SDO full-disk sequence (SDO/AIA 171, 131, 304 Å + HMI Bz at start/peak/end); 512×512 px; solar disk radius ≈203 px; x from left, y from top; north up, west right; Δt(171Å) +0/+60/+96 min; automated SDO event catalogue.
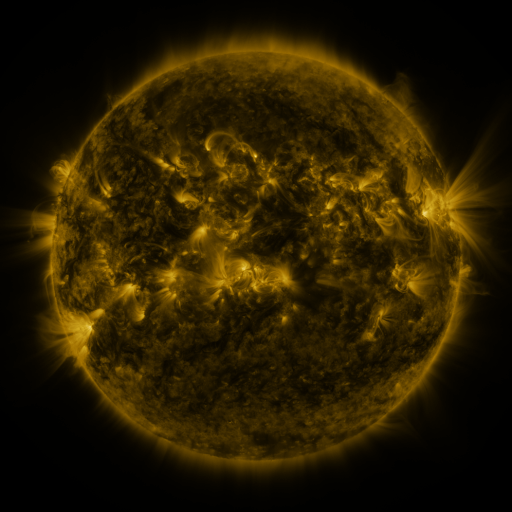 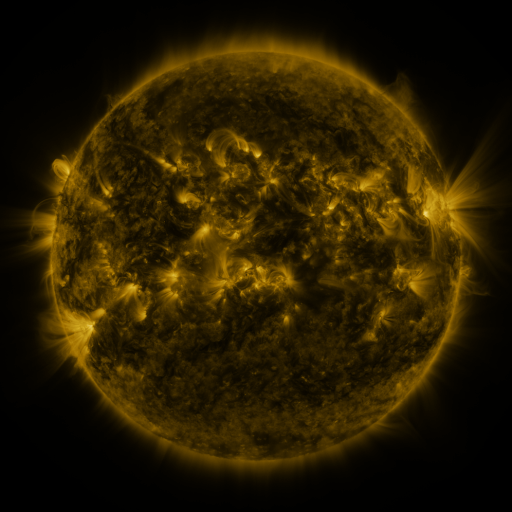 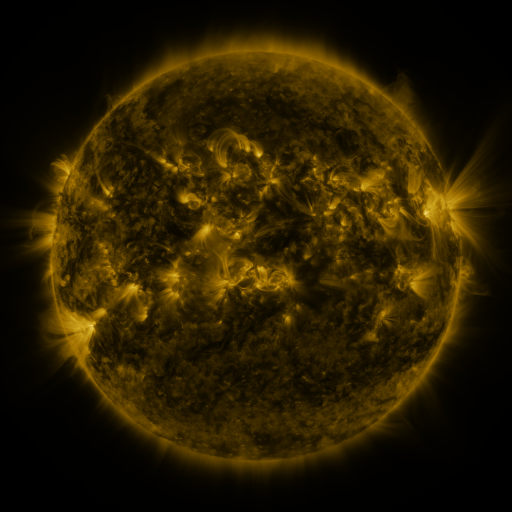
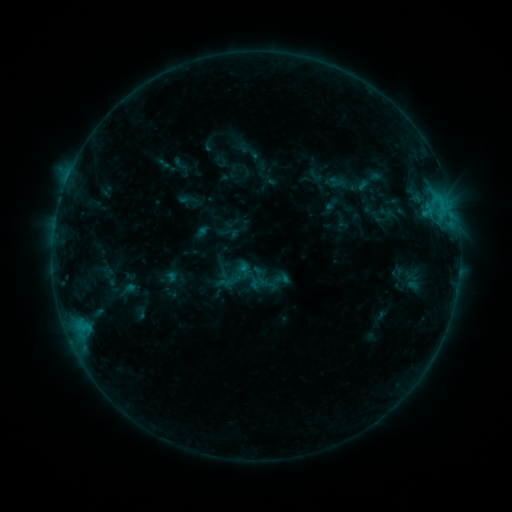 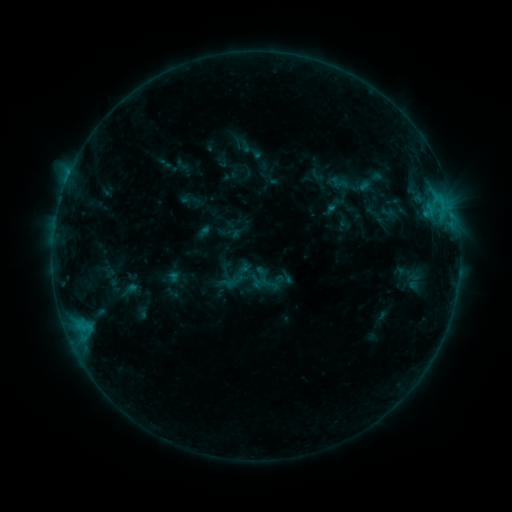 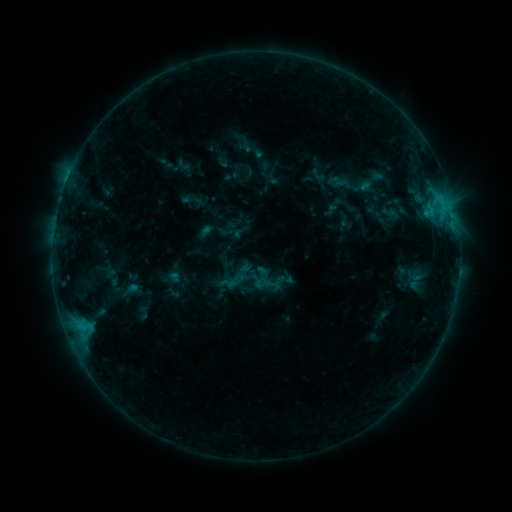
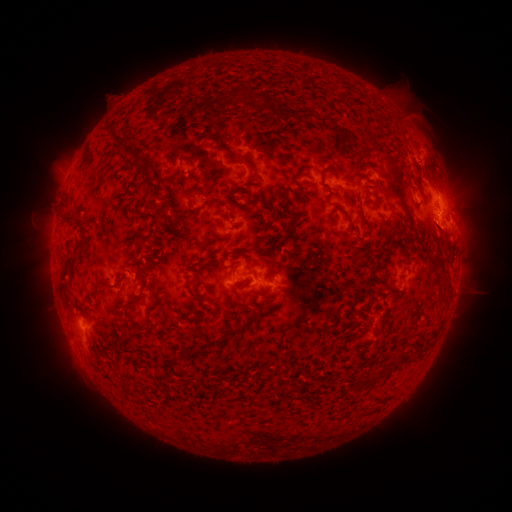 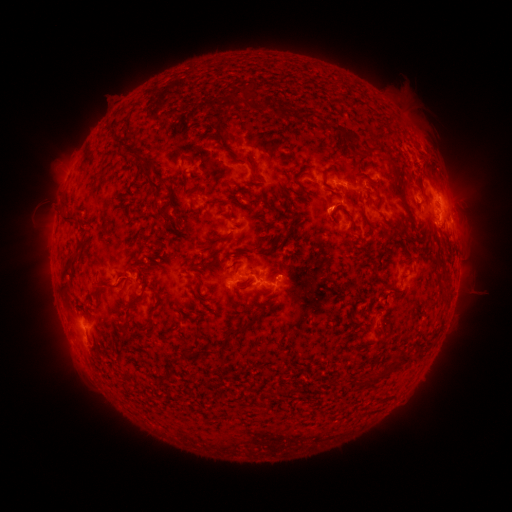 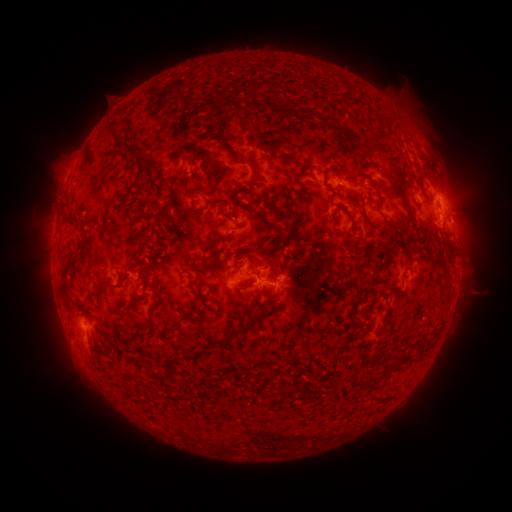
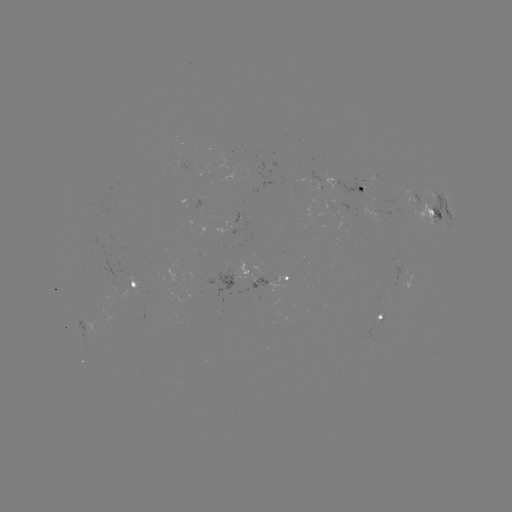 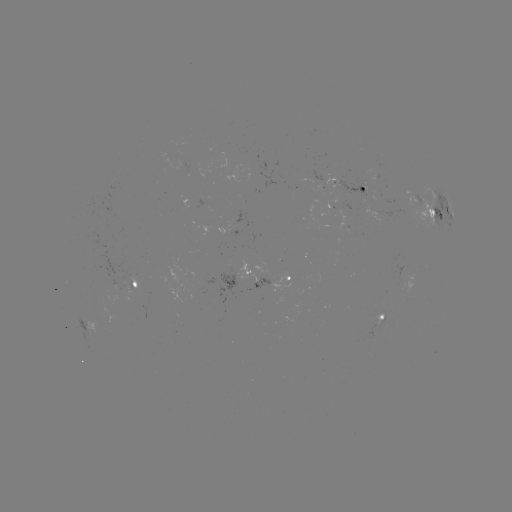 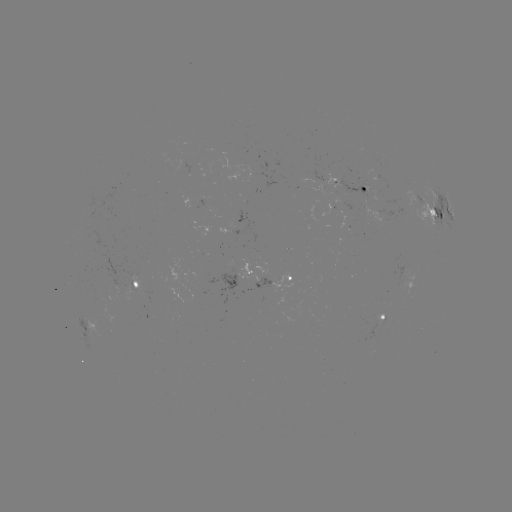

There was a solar emerging-flux region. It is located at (125, 289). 